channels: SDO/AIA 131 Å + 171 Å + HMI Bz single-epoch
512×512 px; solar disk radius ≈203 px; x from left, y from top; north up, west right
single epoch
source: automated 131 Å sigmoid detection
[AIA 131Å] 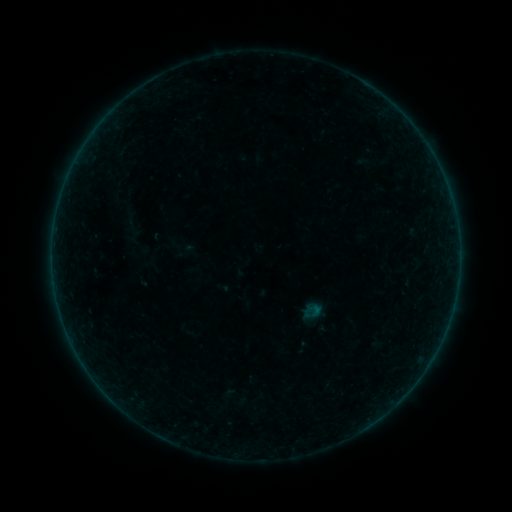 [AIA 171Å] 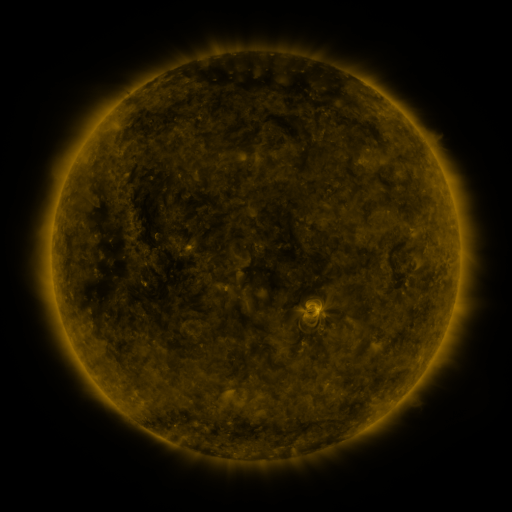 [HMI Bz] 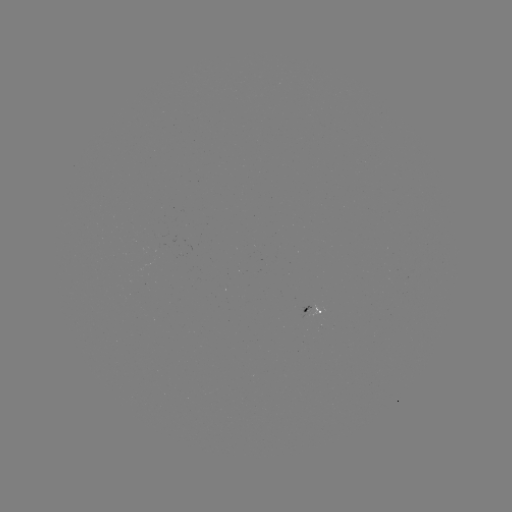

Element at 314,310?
sigmoid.